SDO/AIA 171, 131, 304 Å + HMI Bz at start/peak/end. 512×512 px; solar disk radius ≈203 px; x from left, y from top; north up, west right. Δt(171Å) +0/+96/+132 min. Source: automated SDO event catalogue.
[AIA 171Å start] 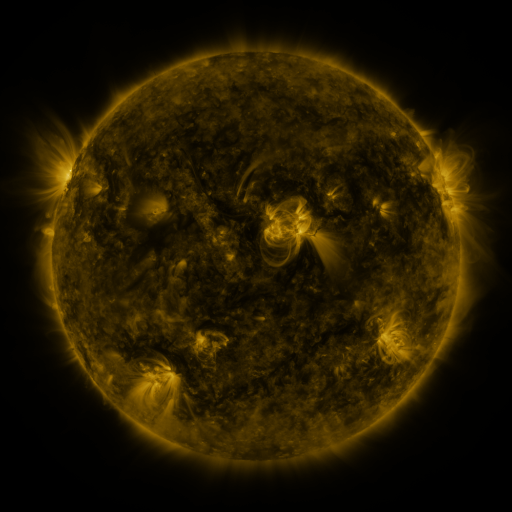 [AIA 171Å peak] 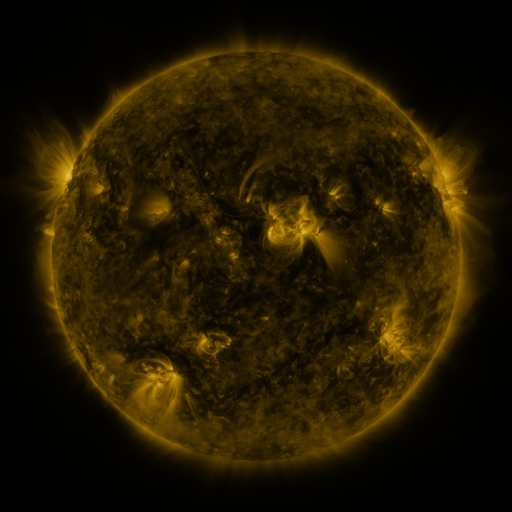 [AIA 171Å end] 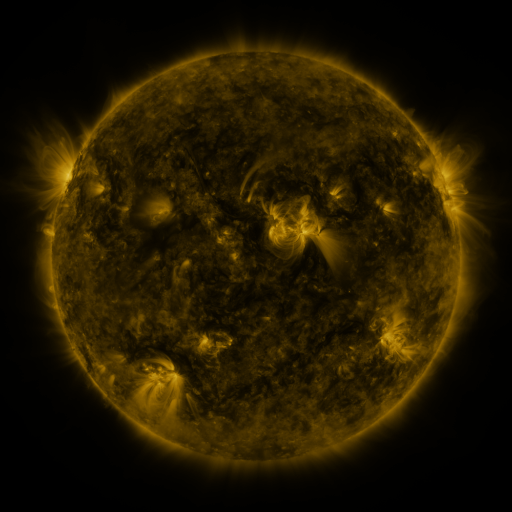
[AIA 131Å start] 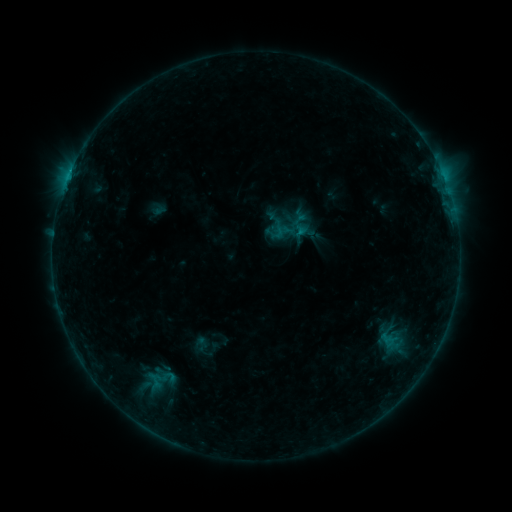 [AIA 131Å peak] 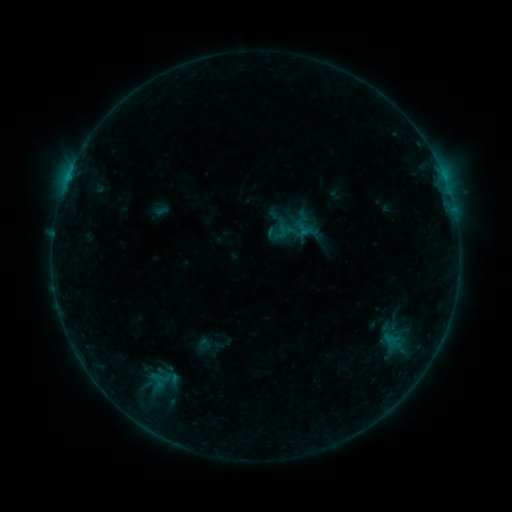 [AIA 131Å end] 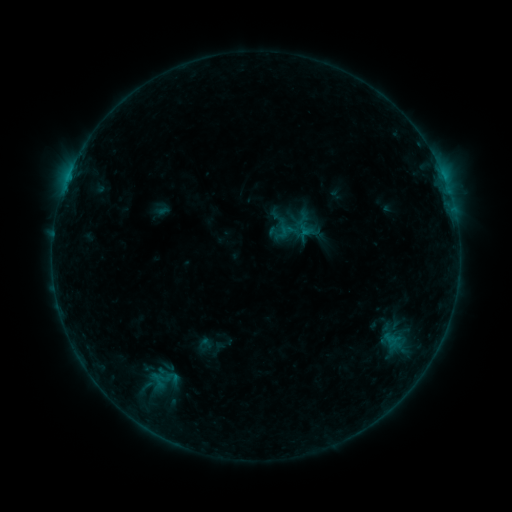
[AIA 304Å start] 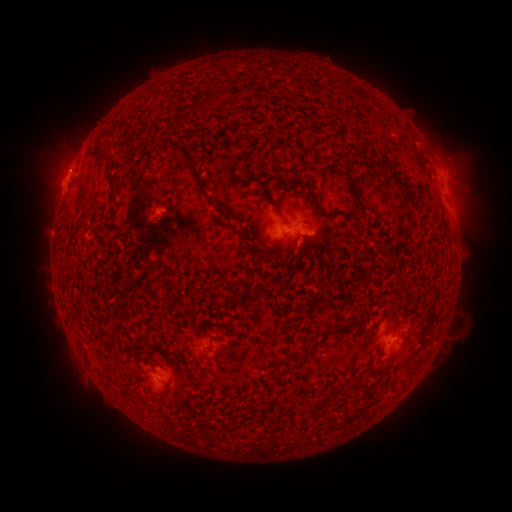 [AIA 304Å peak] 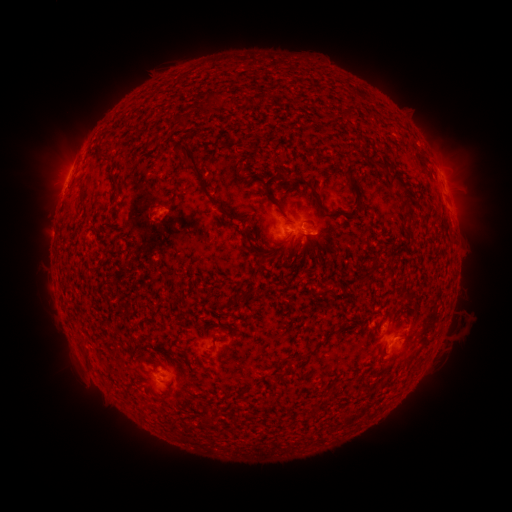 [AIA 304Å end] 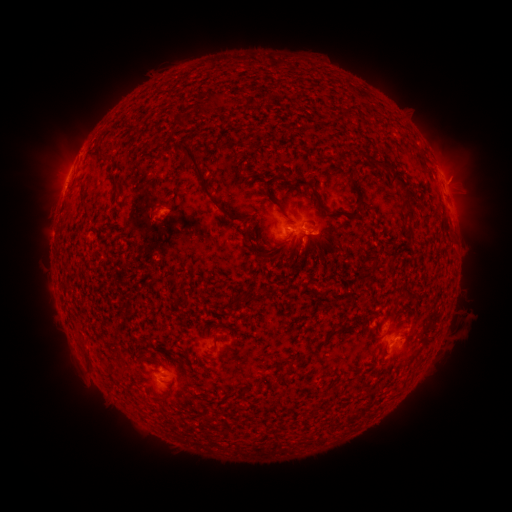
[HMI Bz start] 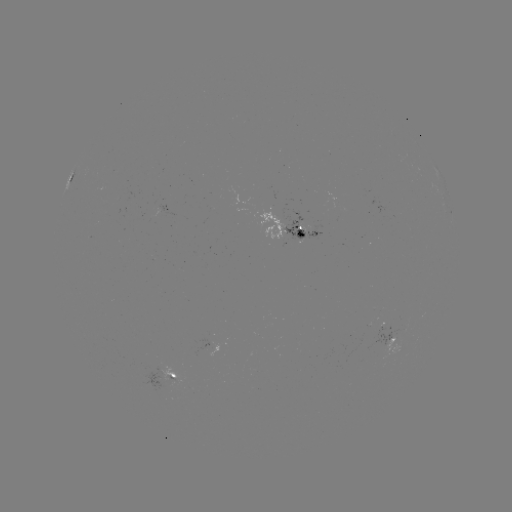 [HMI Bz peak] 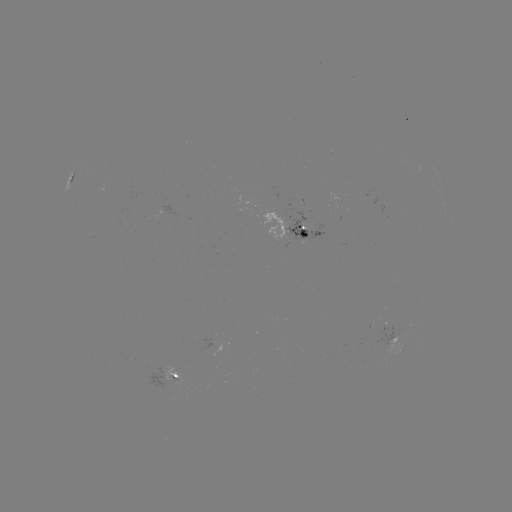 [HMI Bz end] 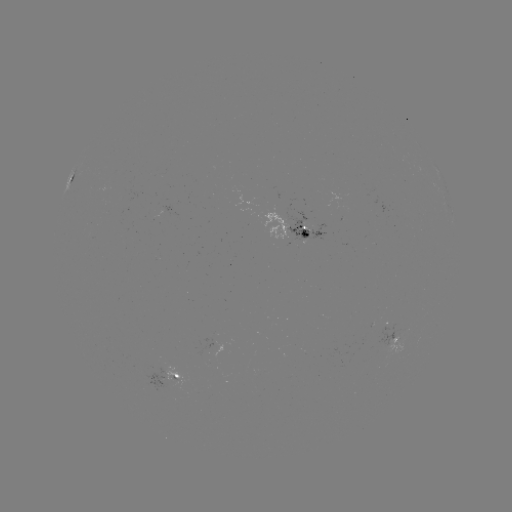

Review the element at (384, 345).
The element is emerging-flux region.